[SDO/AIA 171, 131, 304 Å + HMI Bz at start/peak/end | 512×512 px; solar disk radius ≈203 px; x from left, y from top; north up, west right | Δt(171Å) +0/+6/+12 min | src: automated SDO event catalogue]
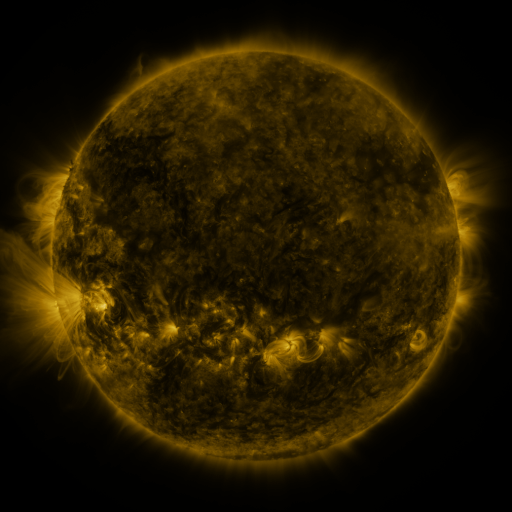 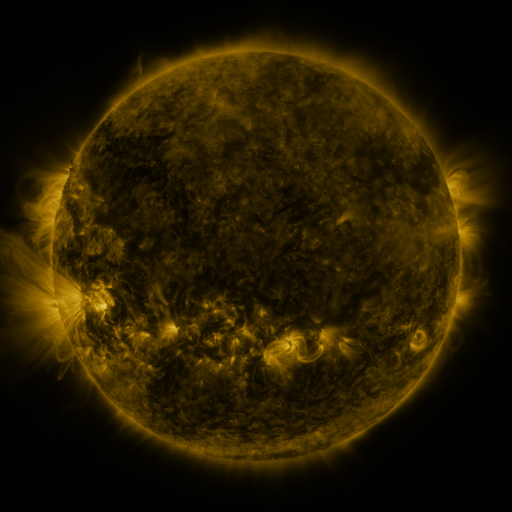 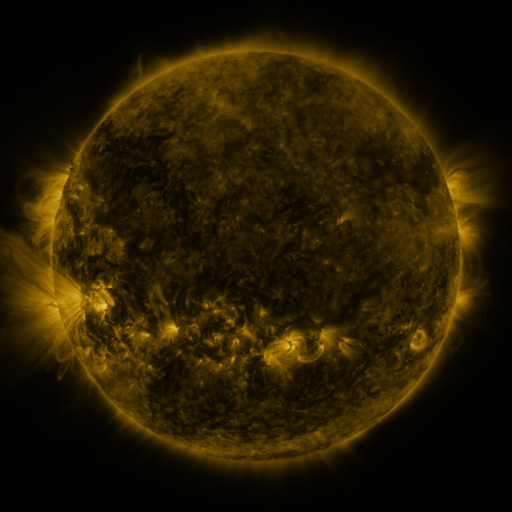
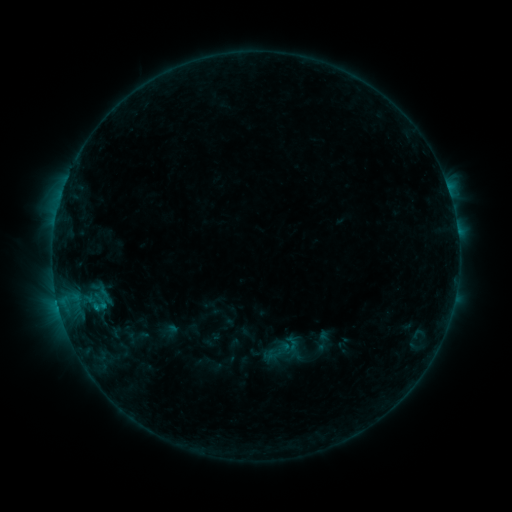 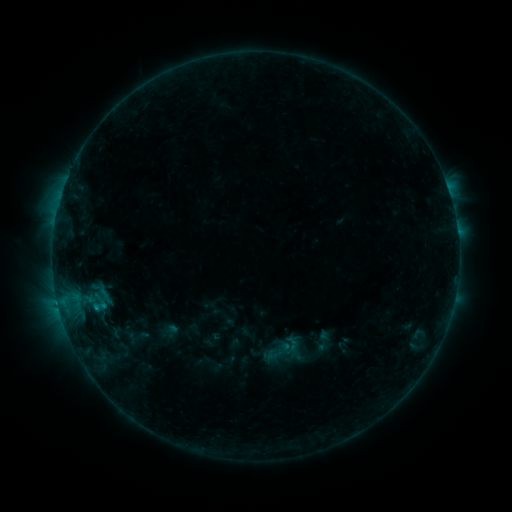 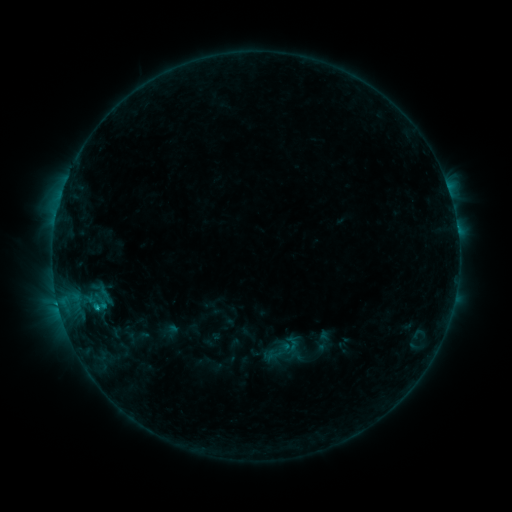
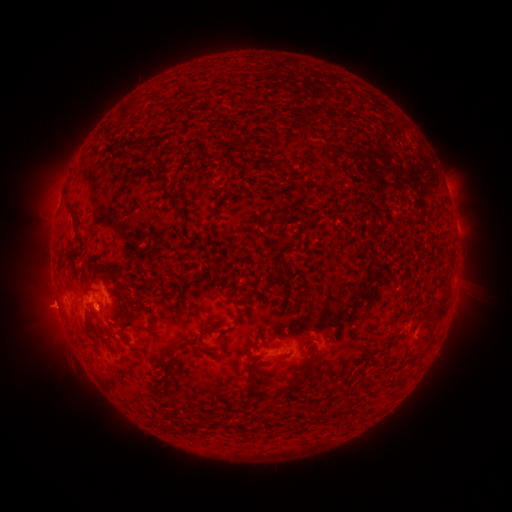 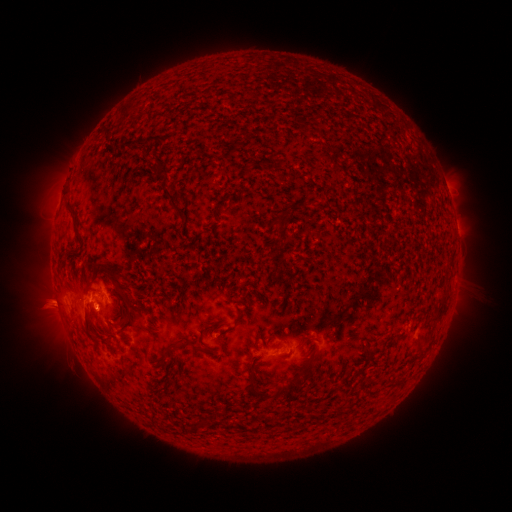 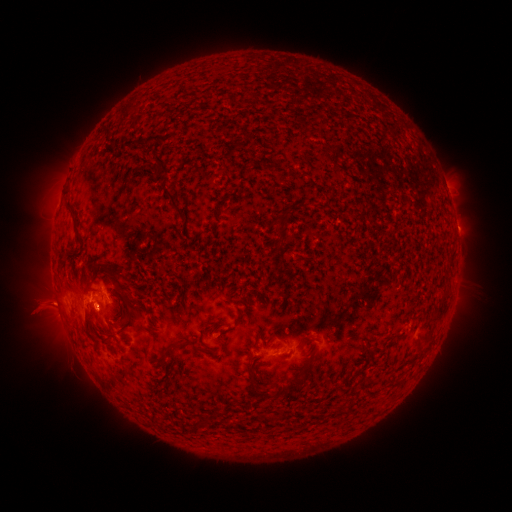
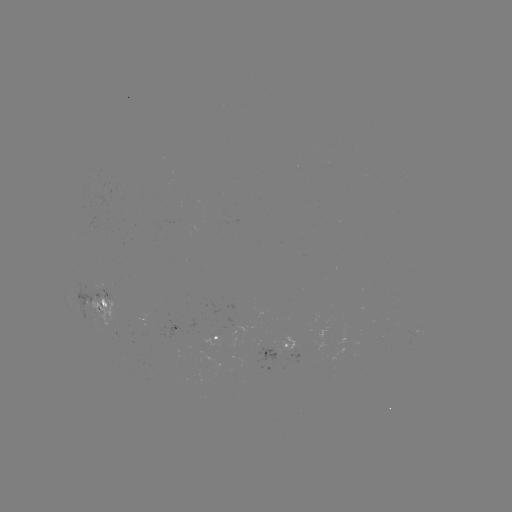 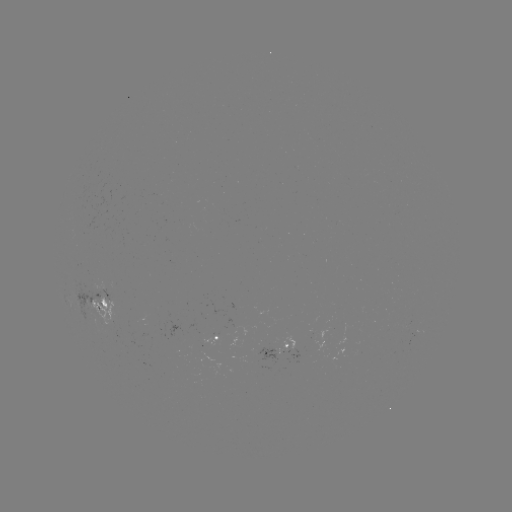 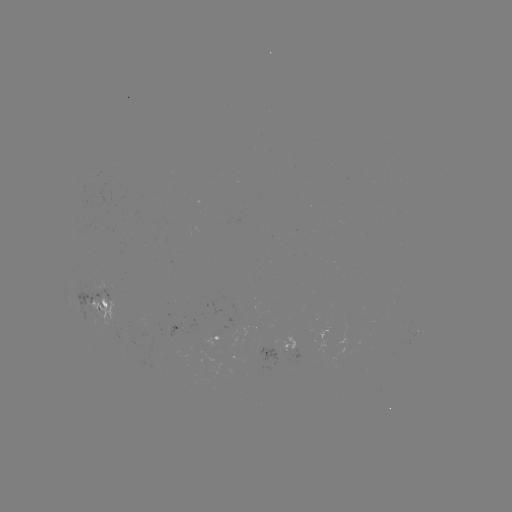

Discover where eruption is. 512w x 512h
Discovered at (48, 307).